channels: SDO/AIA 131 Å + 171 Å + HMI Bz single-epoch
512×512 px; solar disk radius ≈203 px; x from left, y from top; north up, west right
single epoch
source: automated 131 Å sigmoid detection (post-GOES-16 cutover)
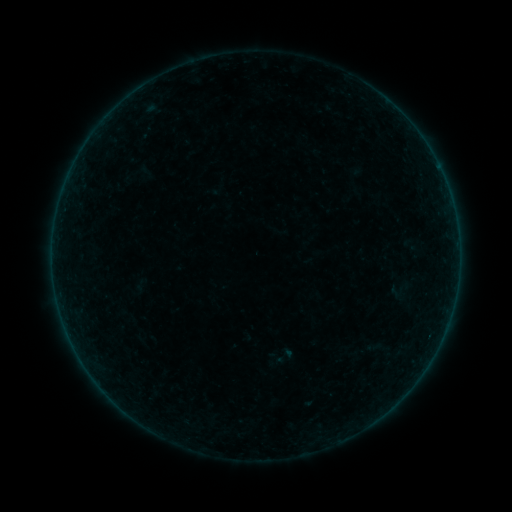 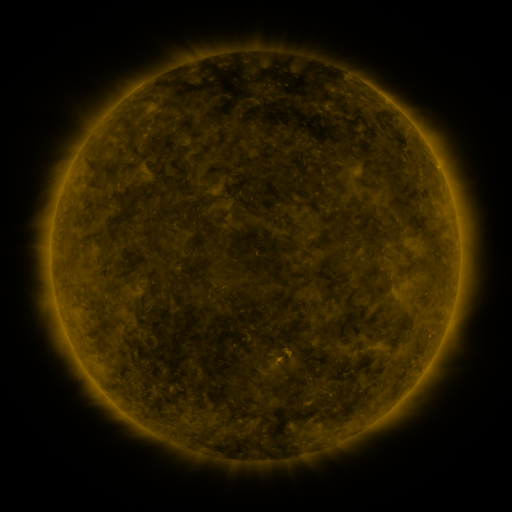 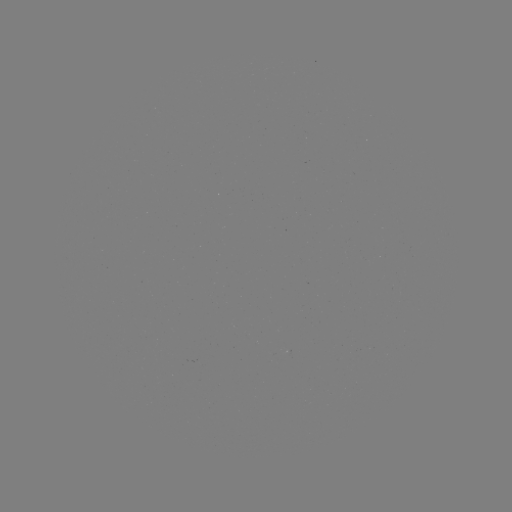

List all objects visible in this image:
sigmoid: (285, 356)
